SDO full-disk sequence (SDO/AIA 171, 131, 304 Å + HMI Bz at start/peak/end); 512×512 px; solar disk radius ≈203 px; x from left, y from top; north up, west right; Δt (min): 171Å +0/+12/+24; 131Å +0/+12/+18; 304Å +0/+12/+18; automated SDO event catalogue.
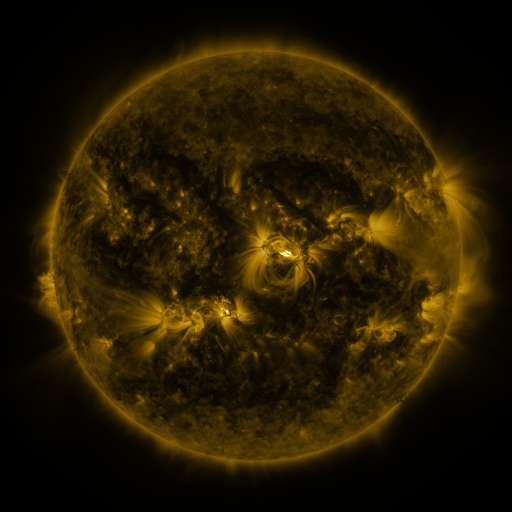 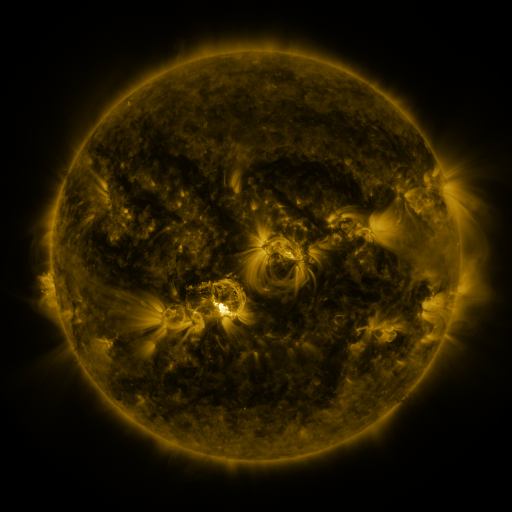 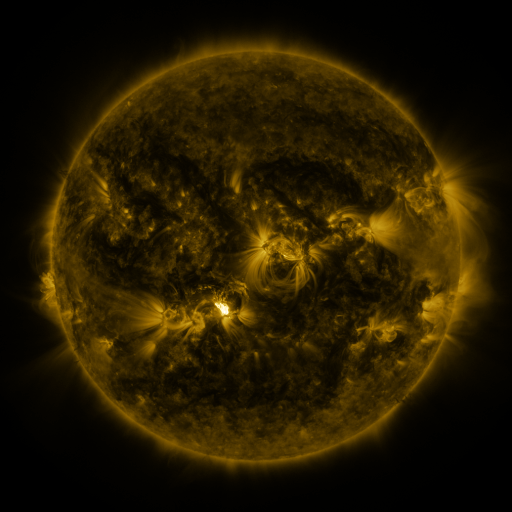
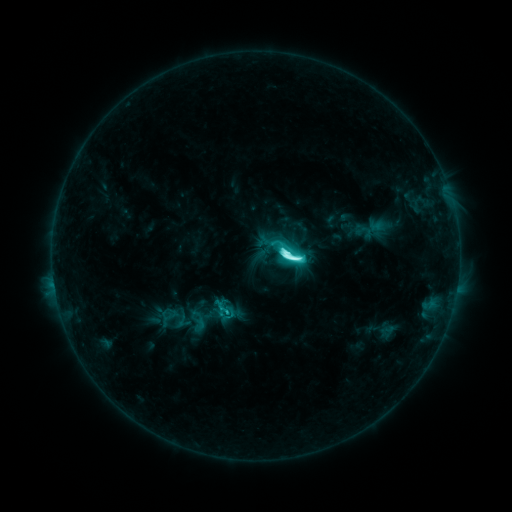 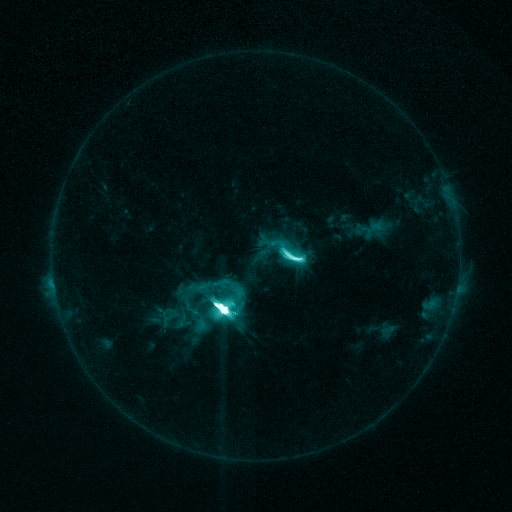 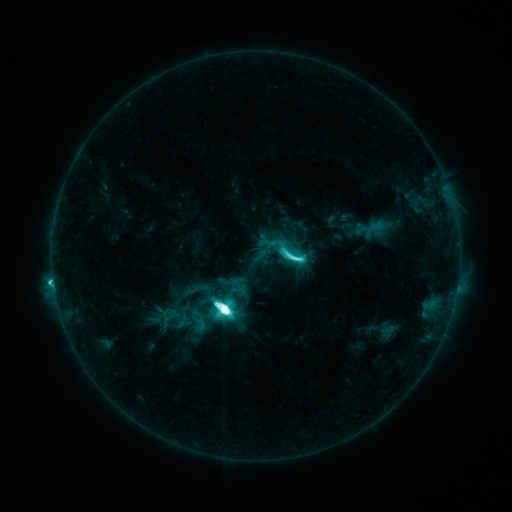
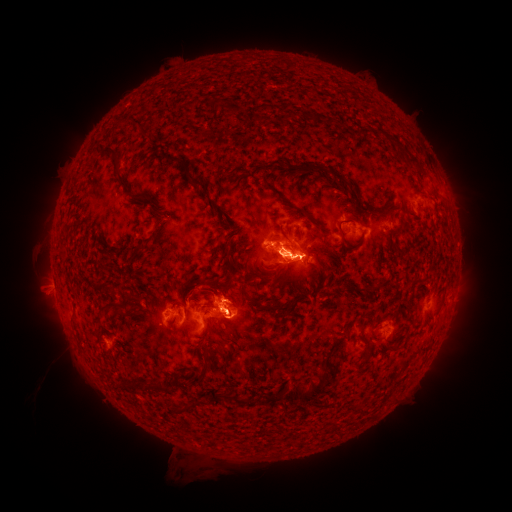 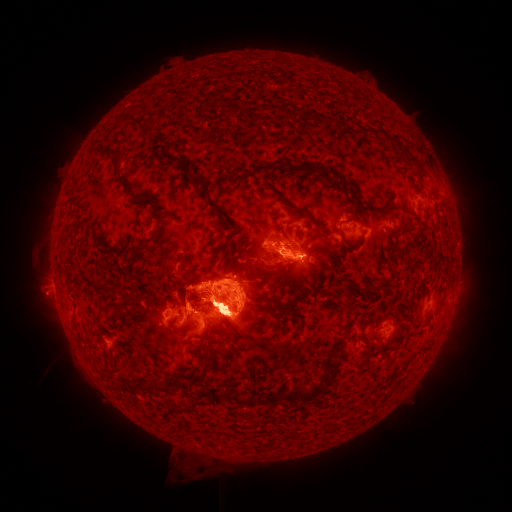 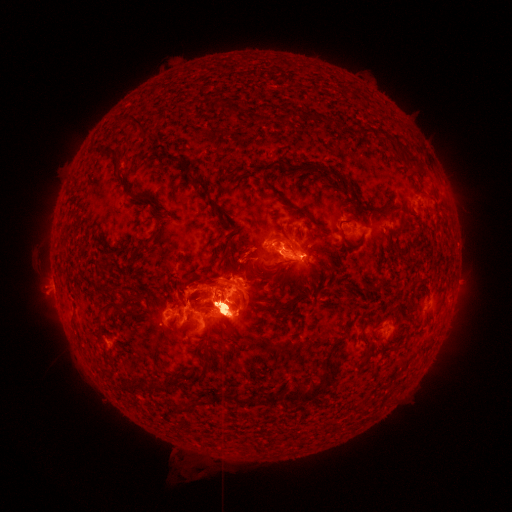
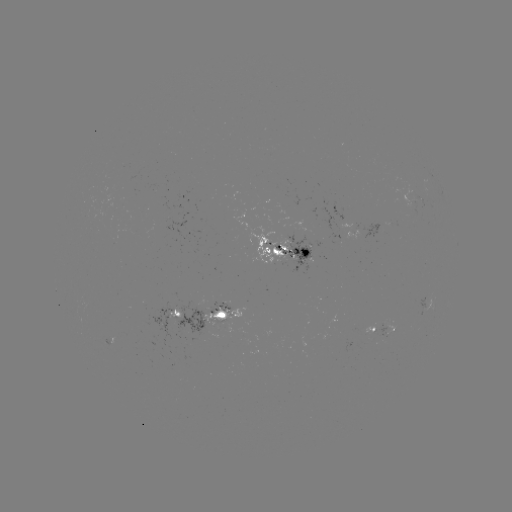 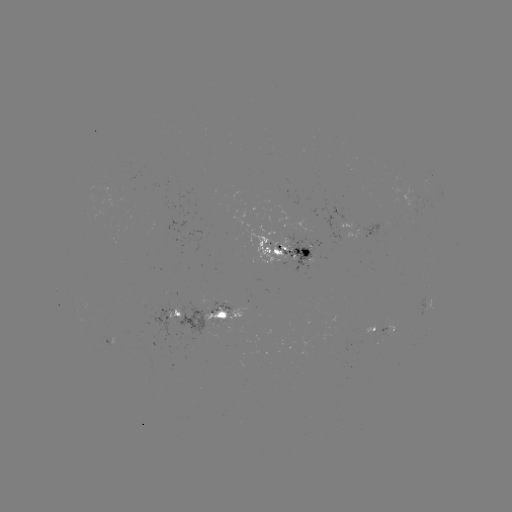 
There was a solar flare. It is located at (220, 305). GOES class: M9.3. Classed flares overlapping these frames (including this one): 1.